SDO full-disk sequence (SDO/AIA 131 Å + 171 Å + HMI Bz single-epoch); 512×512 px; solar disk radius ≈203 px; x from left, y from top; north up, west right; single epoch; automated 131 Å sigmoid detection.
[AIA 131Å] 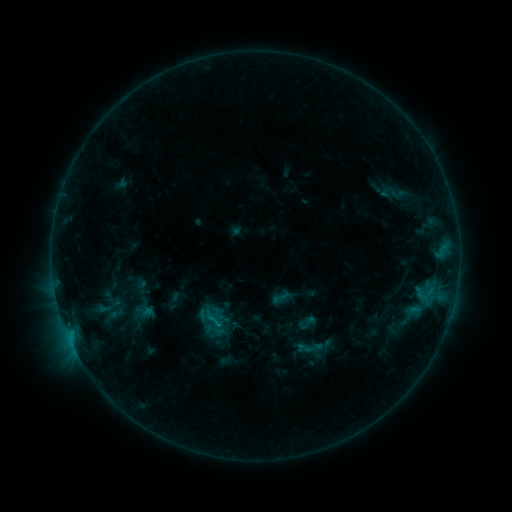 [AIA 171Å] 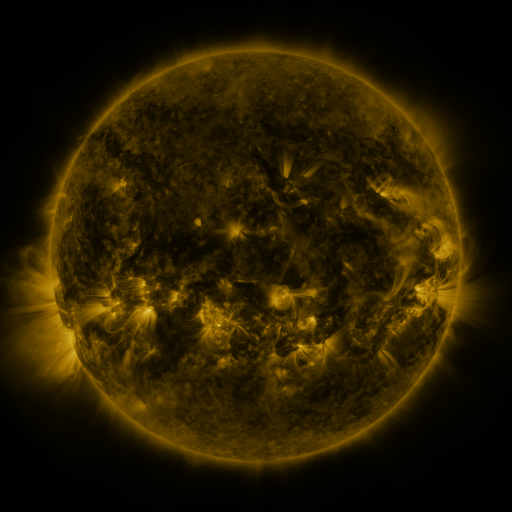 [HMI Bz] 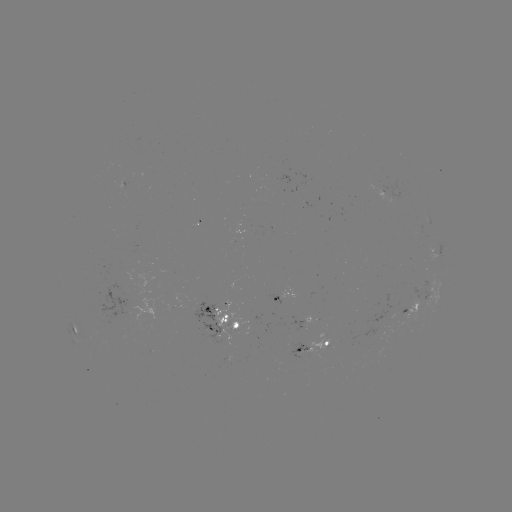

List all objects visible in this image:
sigmoid: (398, 194)
